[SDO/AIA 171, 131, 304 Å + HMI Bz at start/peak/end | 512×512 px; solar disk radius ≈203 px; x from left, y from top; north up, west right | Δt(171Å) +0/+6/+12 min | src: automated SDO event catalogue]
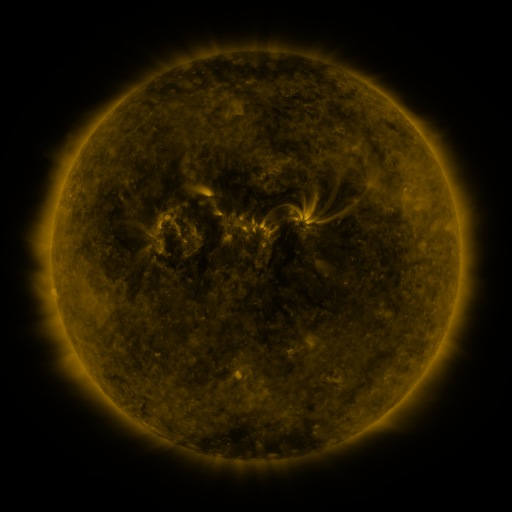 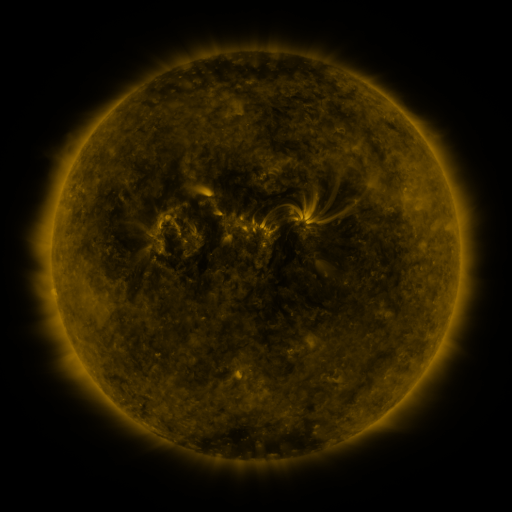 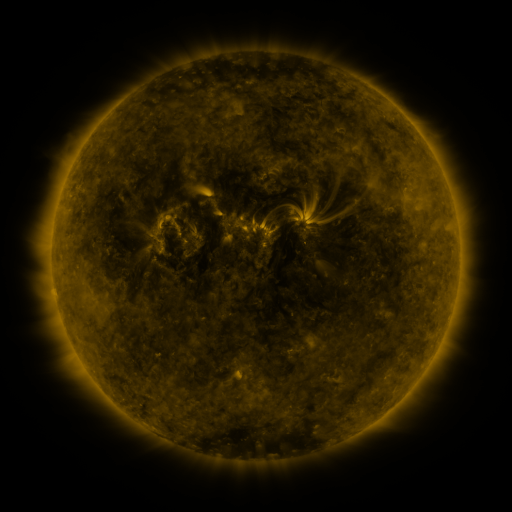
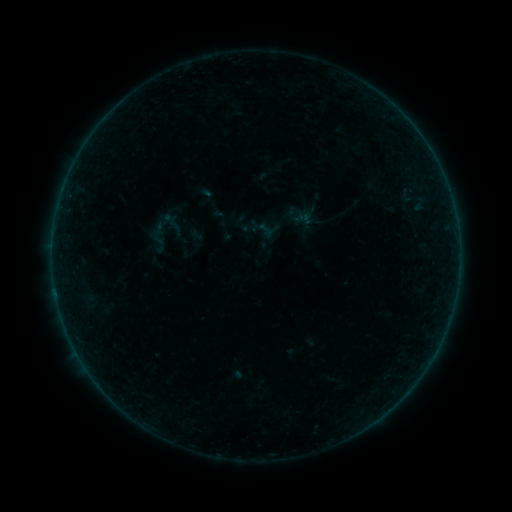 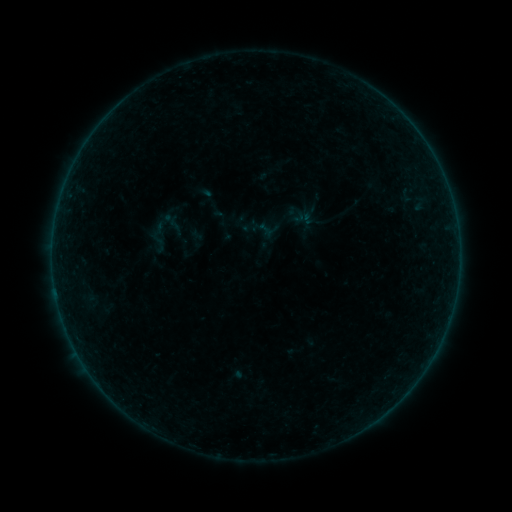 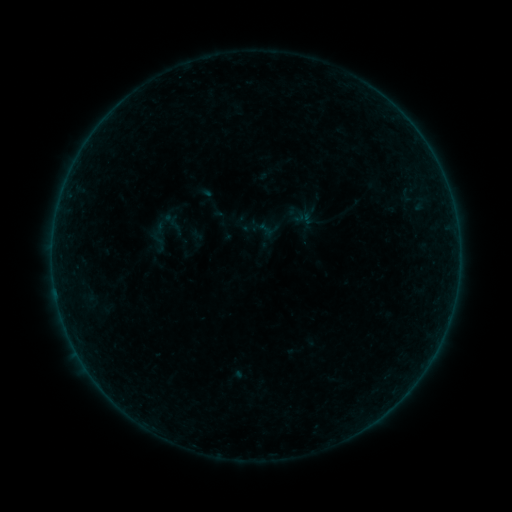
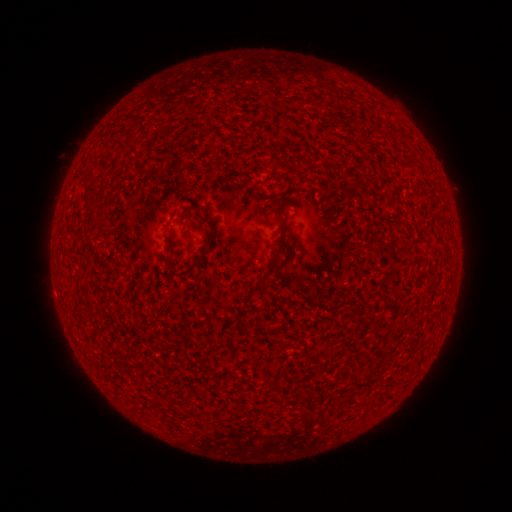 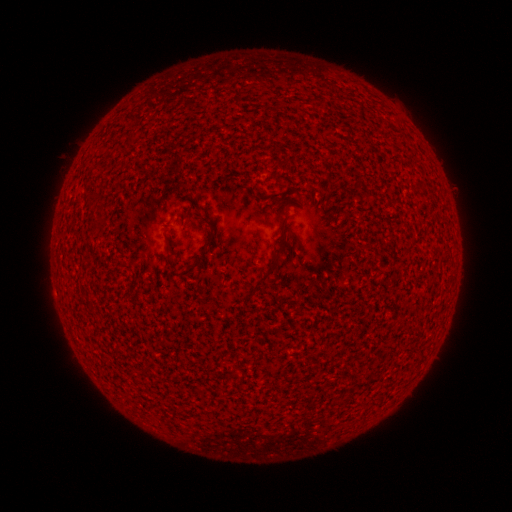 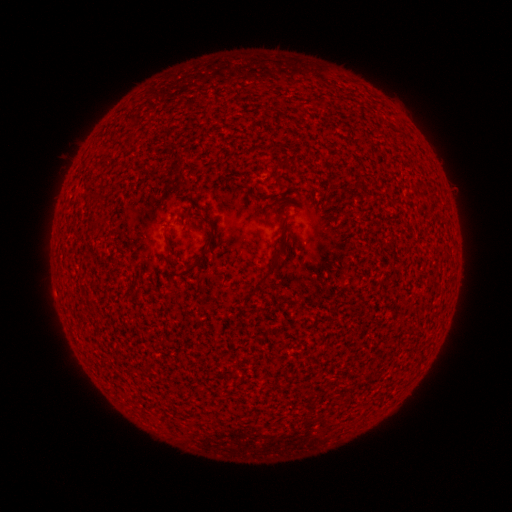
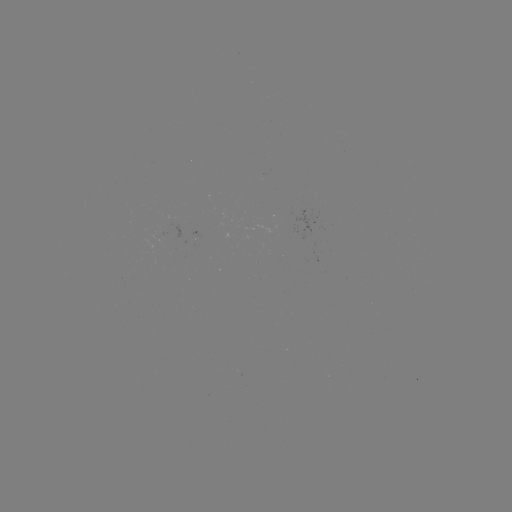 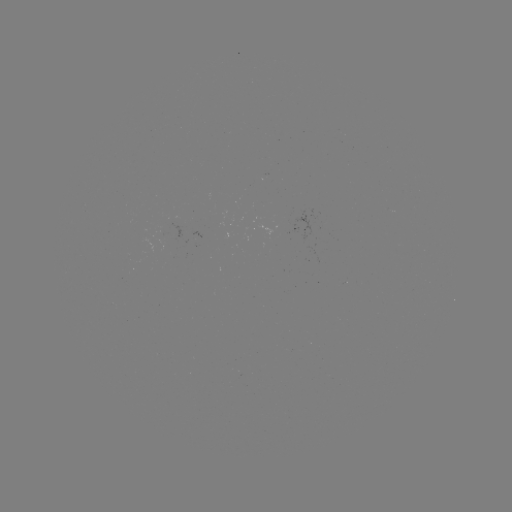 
no flare in any classed list; no EUV-trigger detection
